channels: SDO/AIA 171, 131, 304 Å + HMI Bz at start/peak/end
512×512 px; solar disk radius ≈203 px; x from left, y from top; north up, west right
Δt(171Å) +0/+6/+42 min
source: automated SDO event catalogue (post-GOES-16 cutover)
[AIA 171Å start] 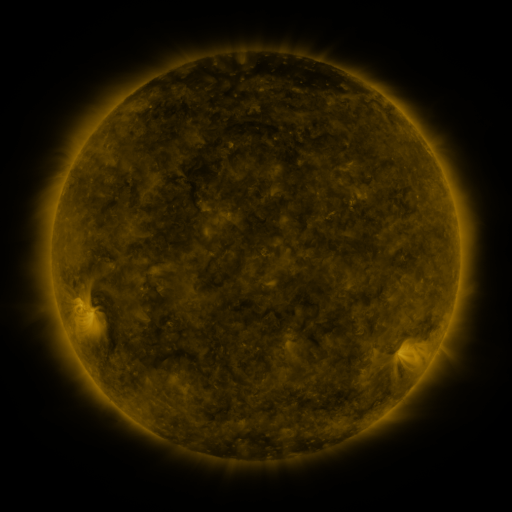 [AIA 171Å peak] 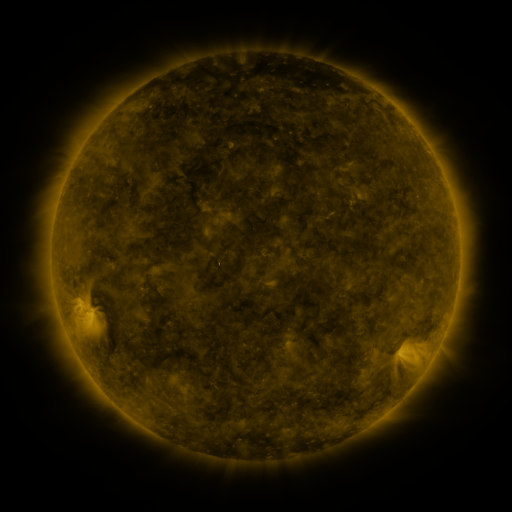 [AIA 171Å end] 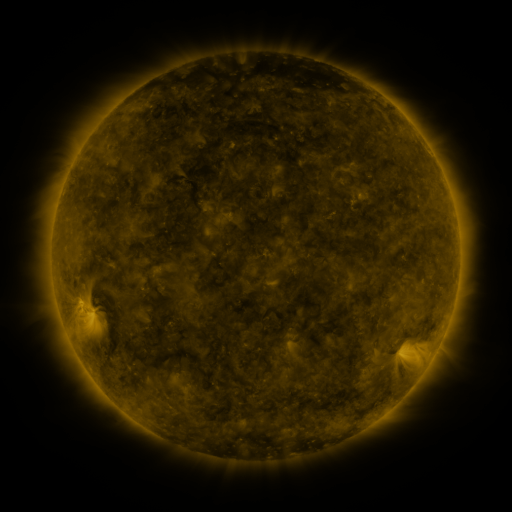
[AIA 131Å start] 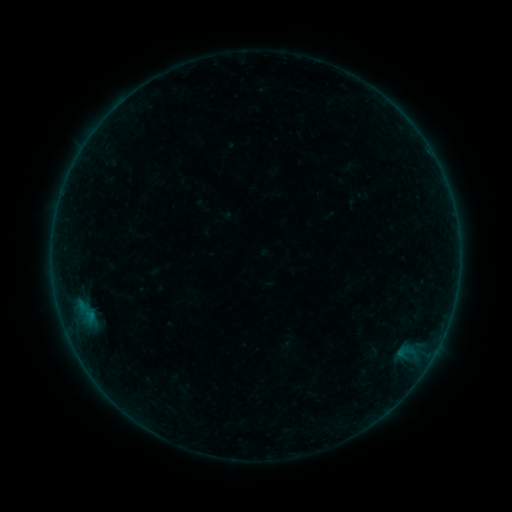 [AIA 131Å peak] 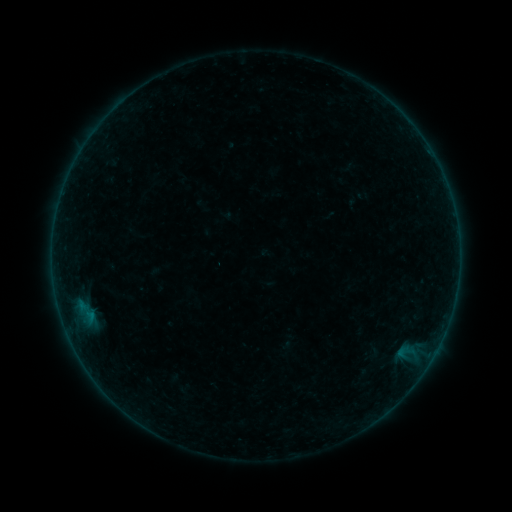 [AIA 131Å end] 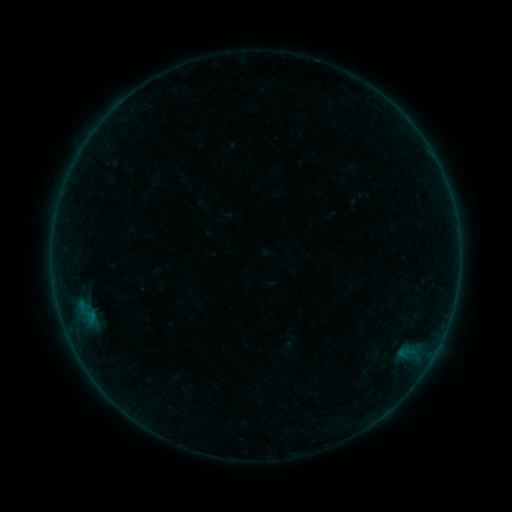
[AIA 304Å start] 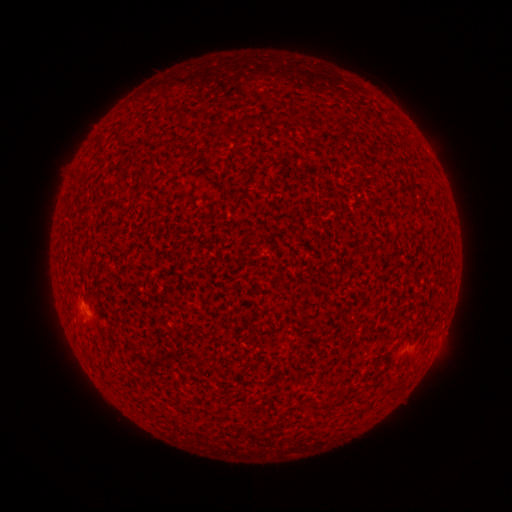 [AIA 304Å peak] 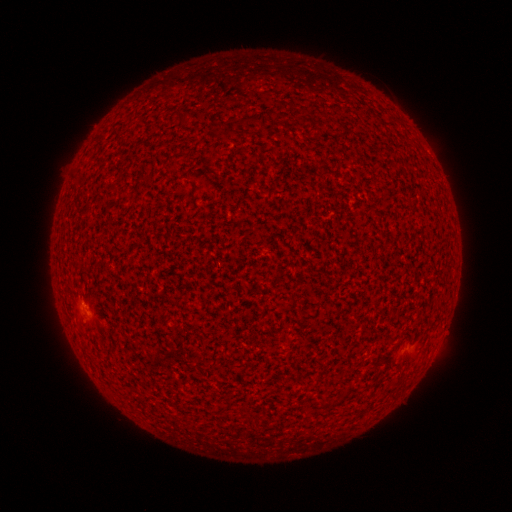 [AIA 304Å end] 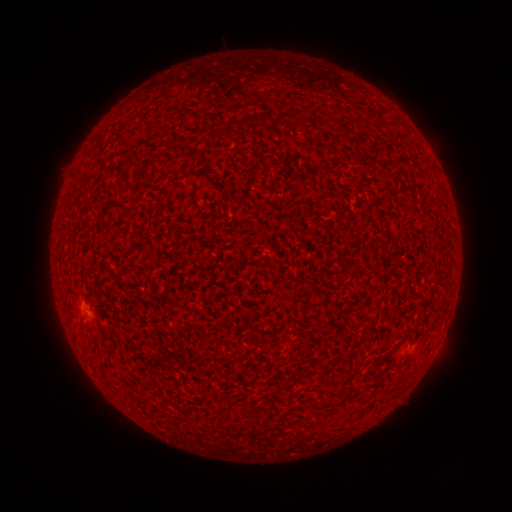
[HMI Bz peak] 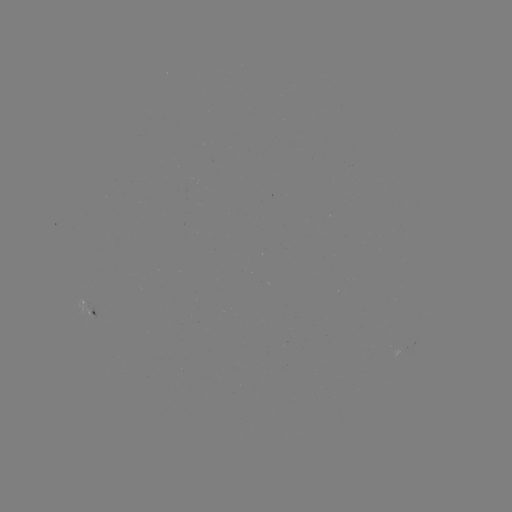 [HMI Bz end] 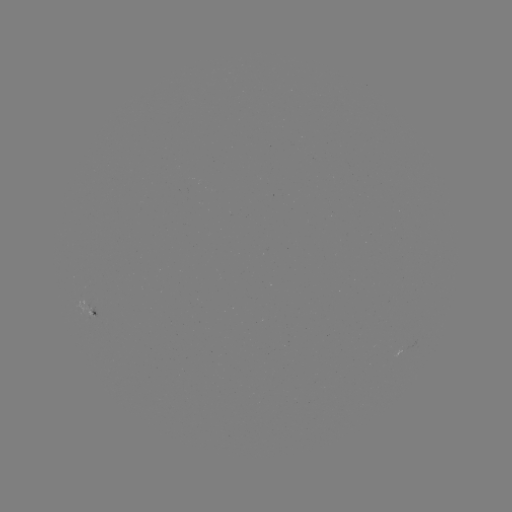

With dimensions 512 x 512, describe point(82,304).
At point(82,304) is A3.8 flare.